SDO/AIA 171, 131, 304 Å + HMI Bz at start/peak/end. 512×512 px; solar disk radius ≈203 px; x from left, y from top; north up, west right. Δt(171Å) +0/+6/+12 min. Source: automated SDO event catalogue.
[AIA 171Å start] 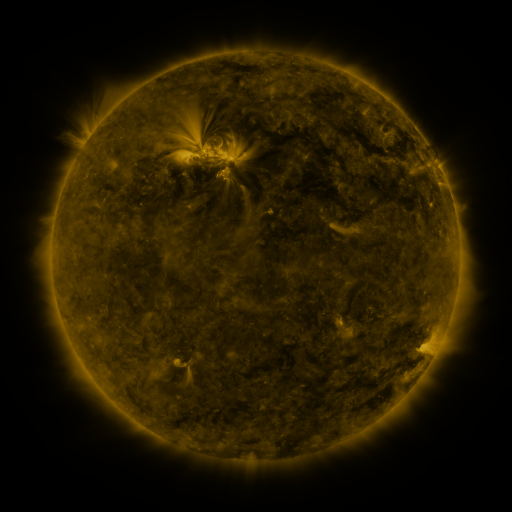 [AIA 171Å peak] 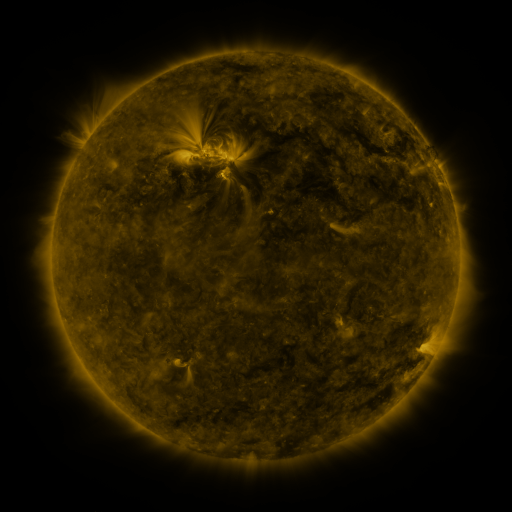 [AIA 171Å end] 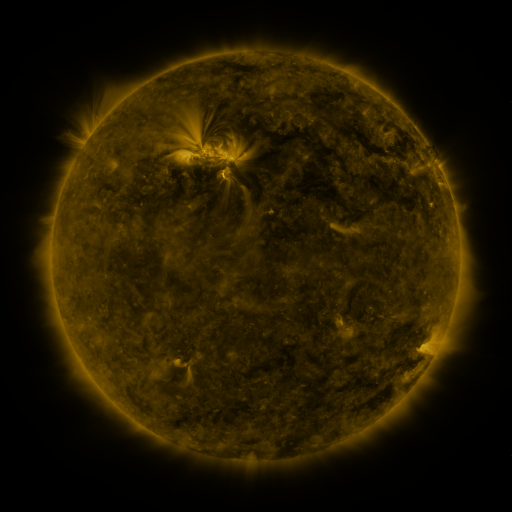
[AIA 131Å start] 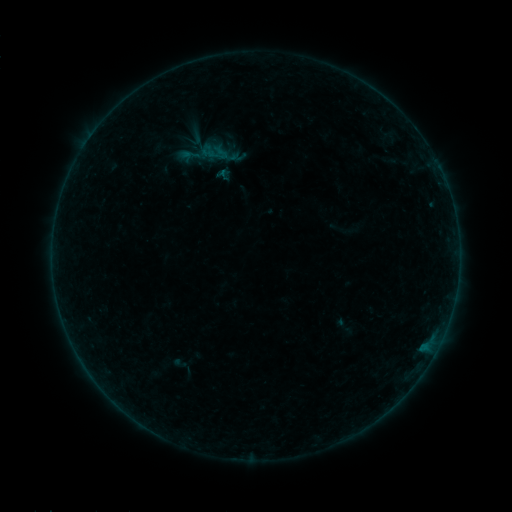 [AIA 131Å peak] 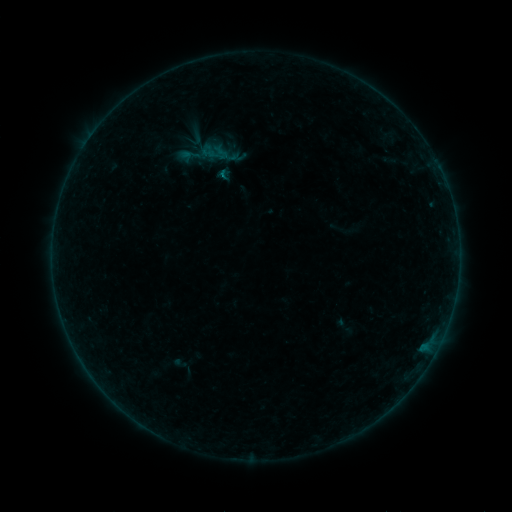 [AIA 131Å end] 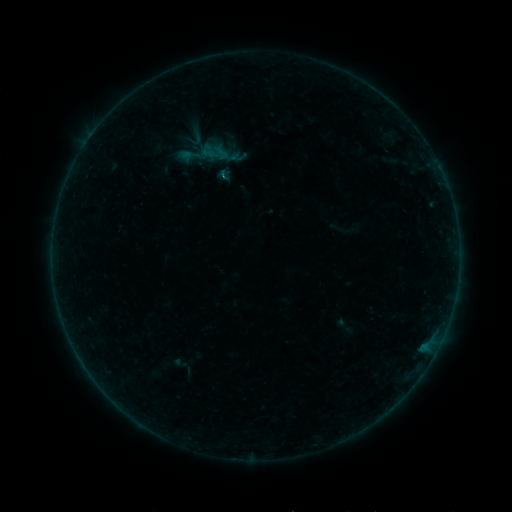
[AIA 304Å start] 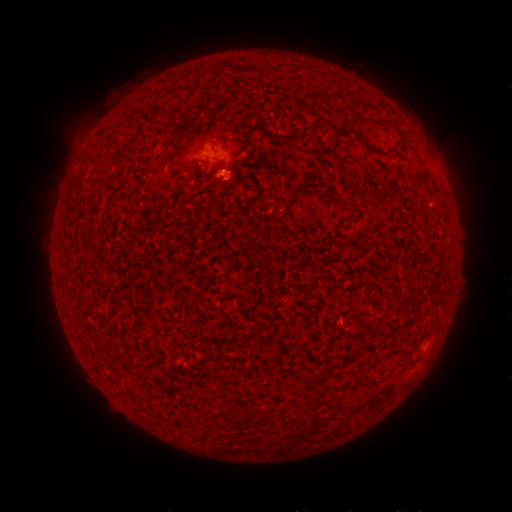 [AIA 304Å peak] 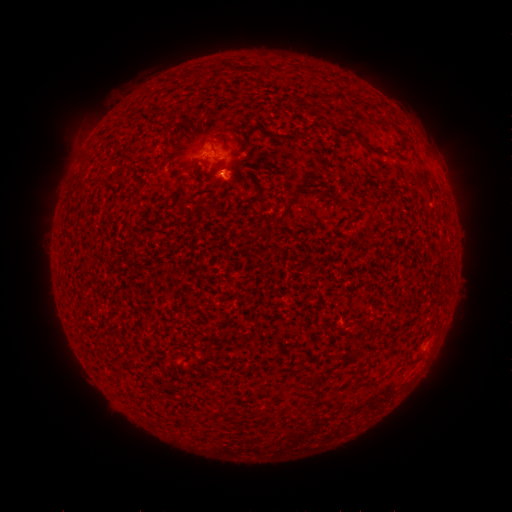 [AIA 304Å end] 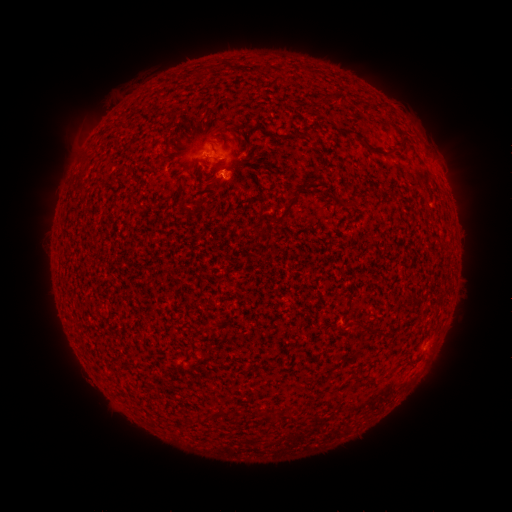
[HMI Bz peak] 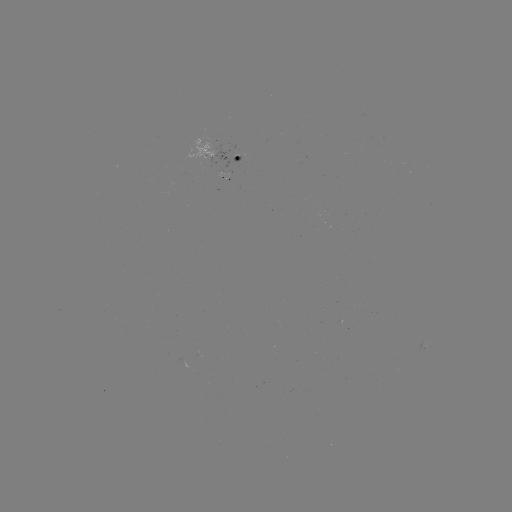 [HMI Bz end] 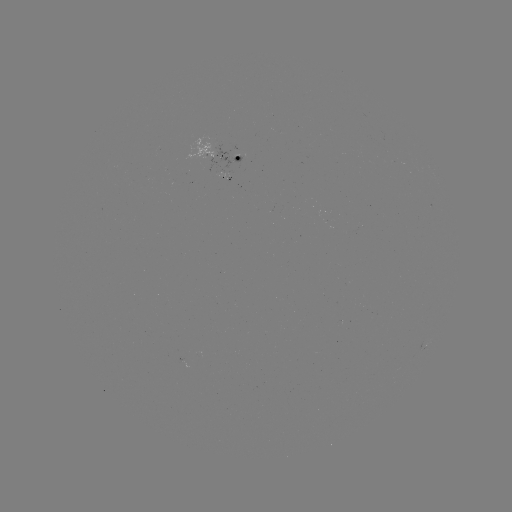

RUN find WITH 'B2.9 flare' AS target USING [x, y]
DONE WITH [225, 176] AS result